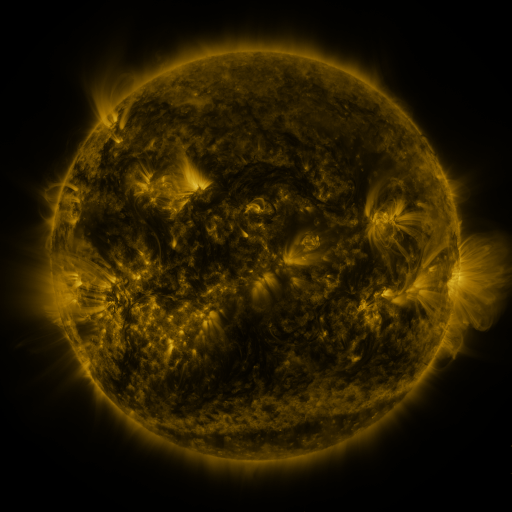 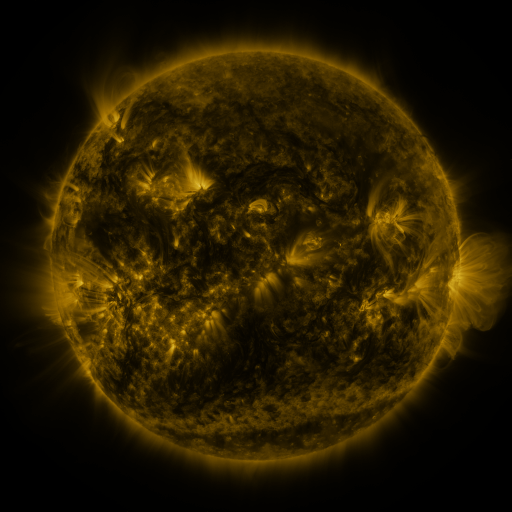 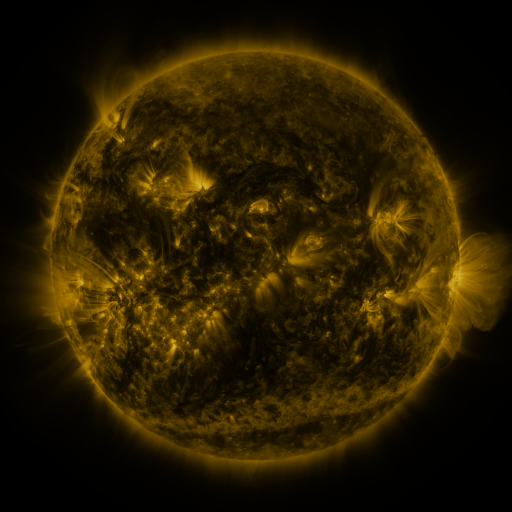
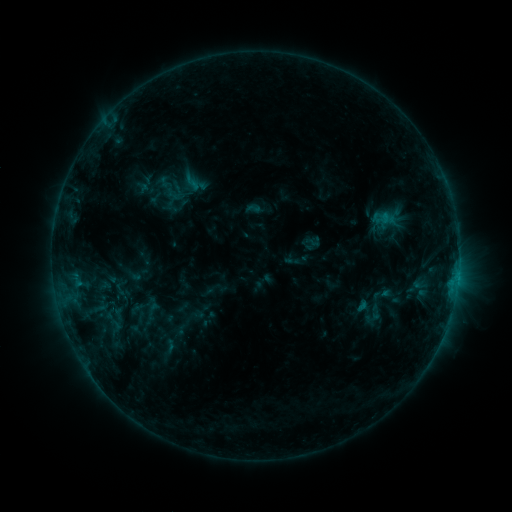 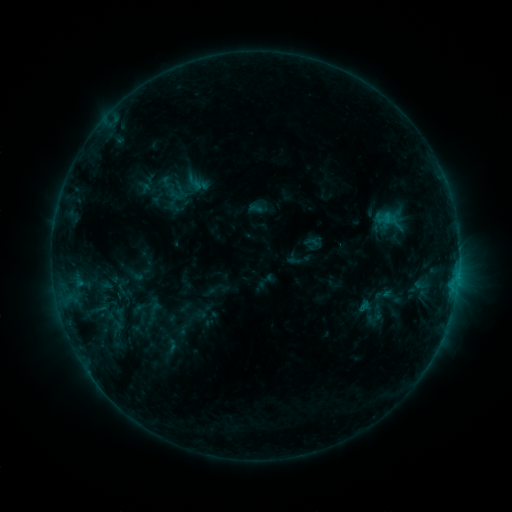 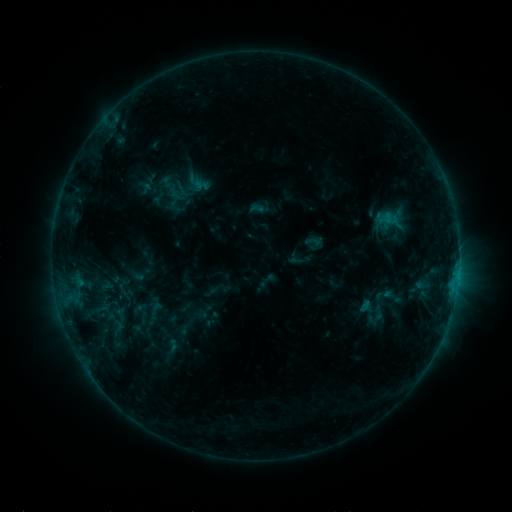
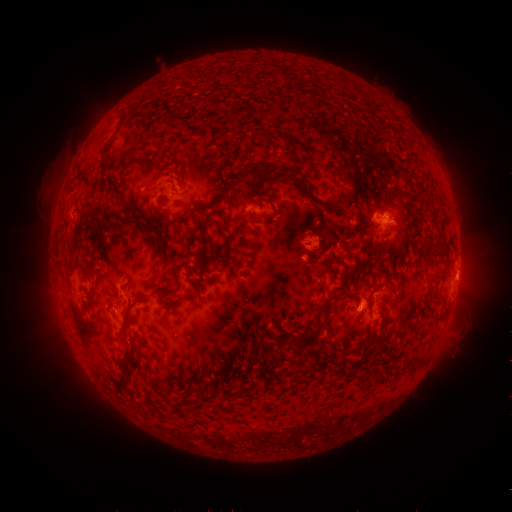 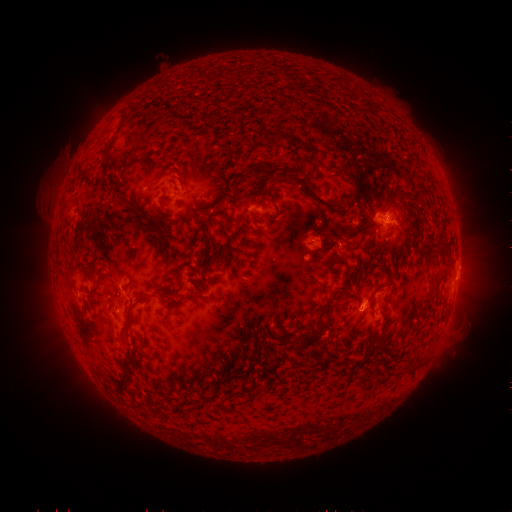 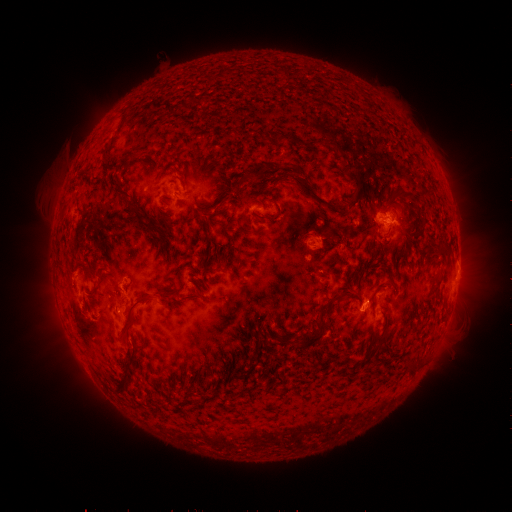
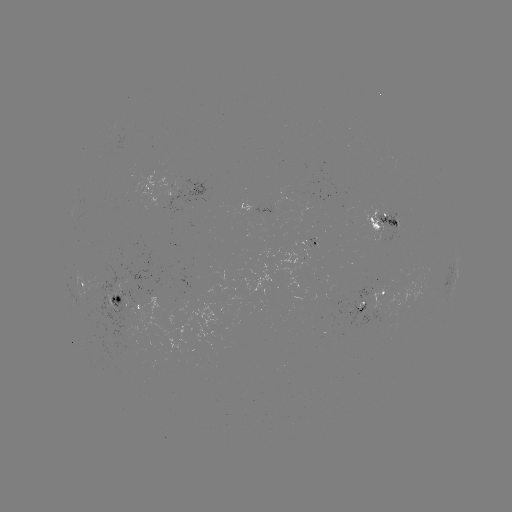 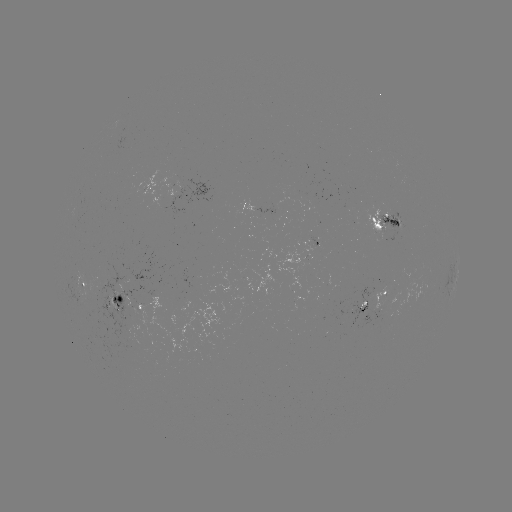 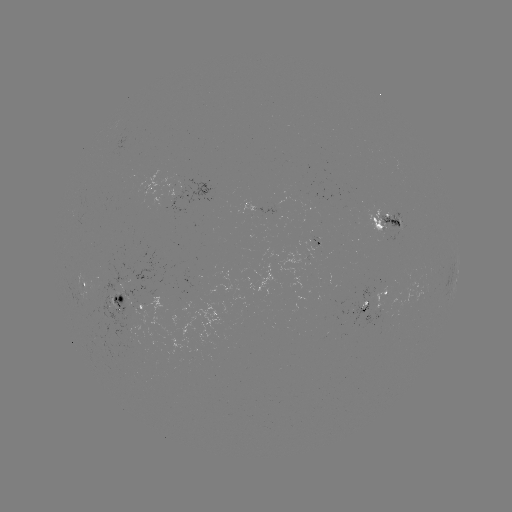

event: emerging-flux region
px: (105, 285)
